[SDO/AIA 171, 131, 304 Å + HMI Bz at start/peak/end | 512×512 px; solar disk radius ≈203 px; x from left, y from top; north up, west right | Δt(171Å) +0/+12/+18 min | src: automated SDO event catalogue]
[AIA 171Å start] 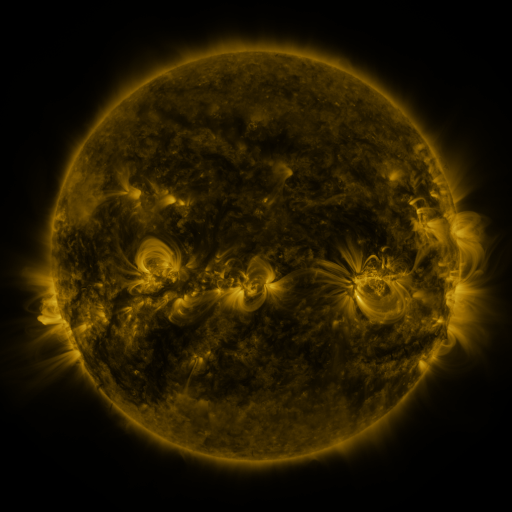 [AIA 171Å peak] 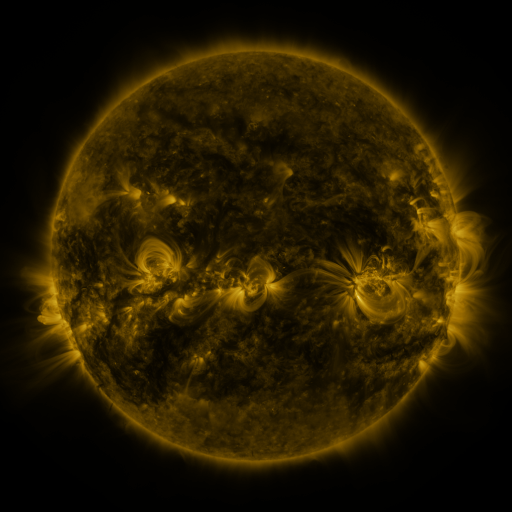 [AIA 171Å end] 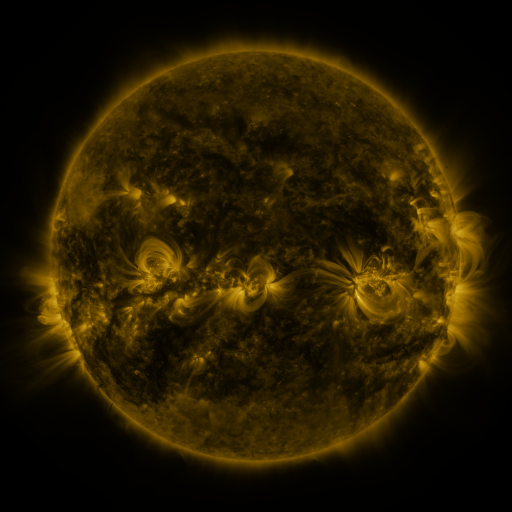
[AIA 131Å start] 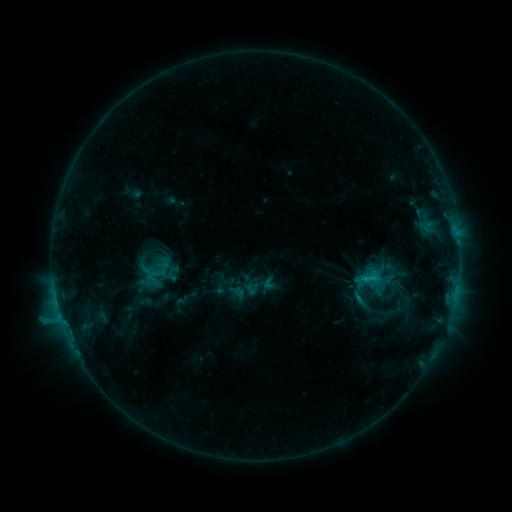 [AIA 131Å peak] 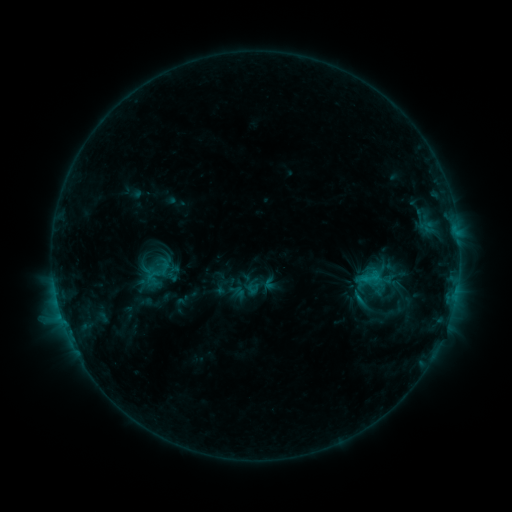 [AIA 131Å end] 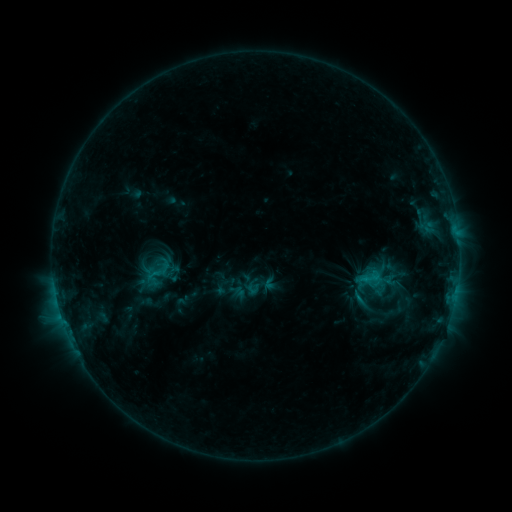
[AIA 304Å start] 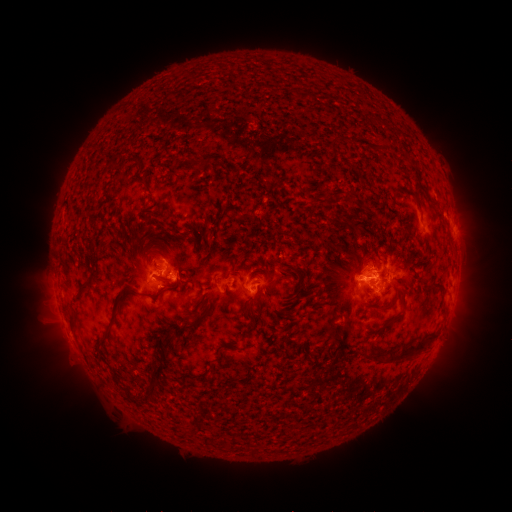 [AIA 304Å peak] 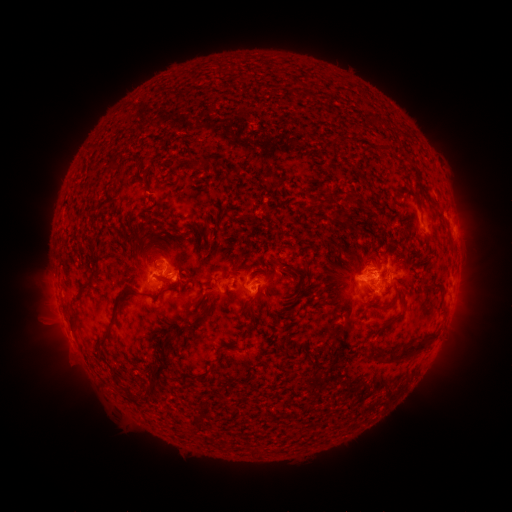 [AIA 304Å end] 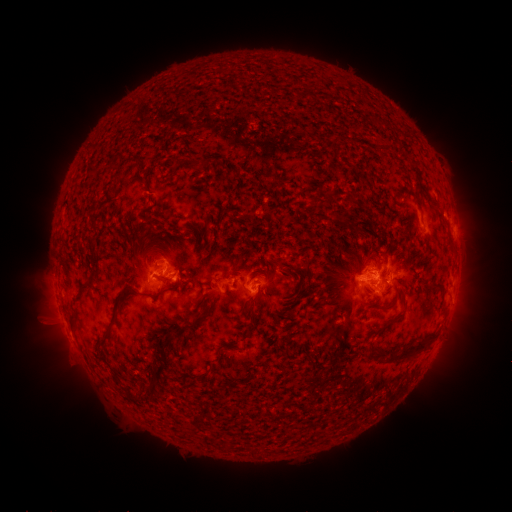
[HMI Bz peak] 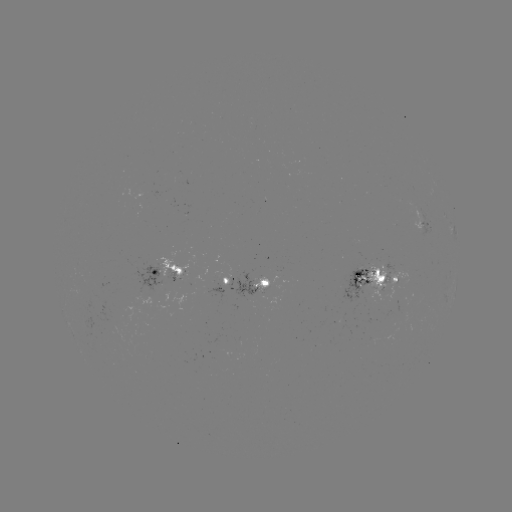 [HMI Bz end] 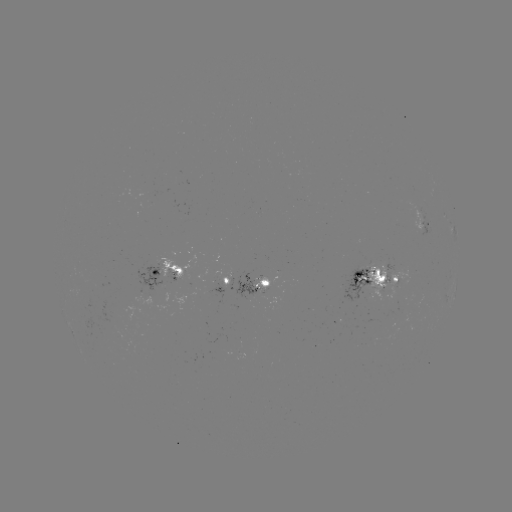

no flare in any classed list; no EUV-trigger detection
